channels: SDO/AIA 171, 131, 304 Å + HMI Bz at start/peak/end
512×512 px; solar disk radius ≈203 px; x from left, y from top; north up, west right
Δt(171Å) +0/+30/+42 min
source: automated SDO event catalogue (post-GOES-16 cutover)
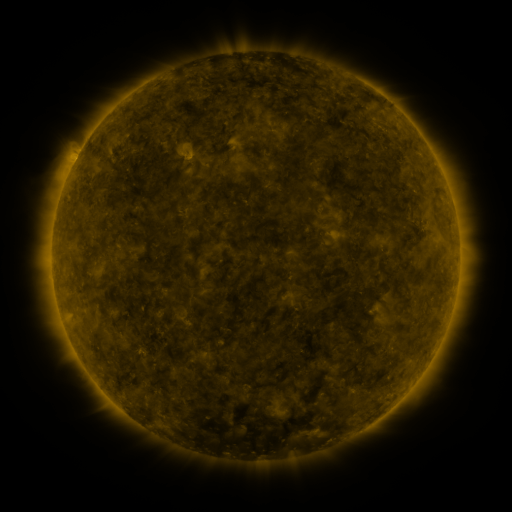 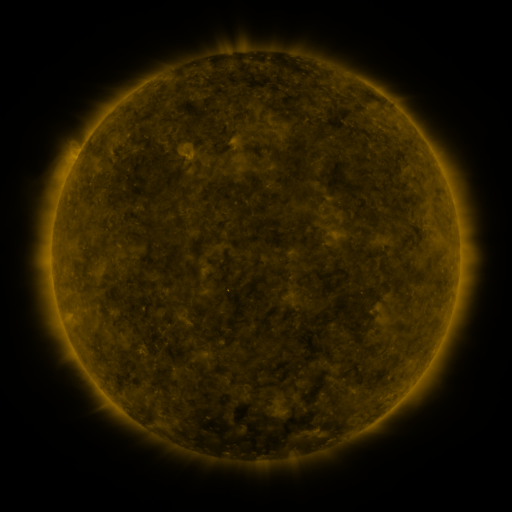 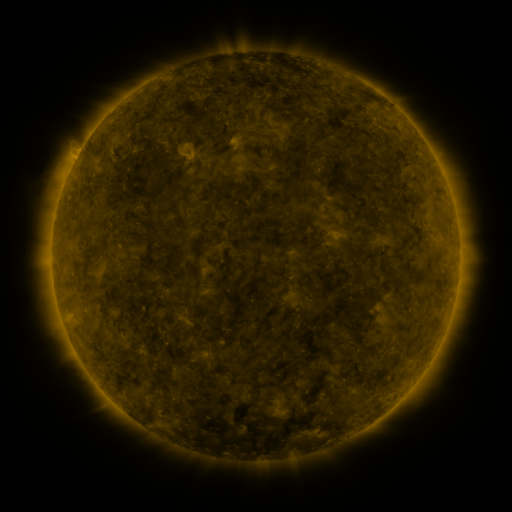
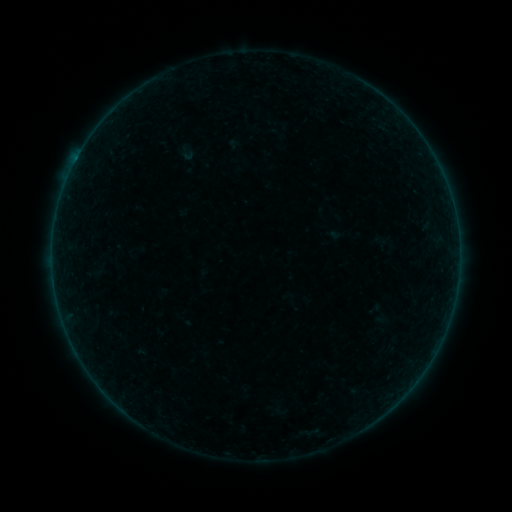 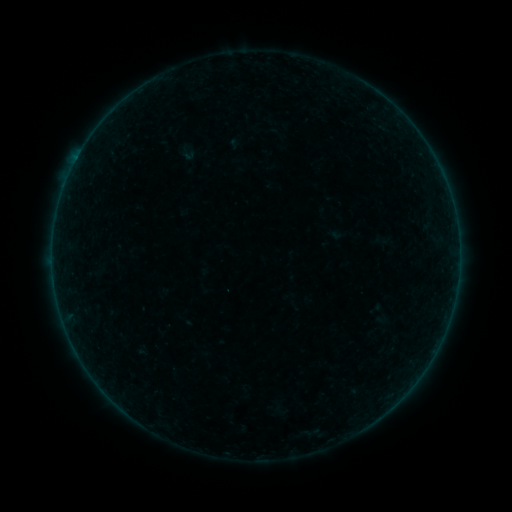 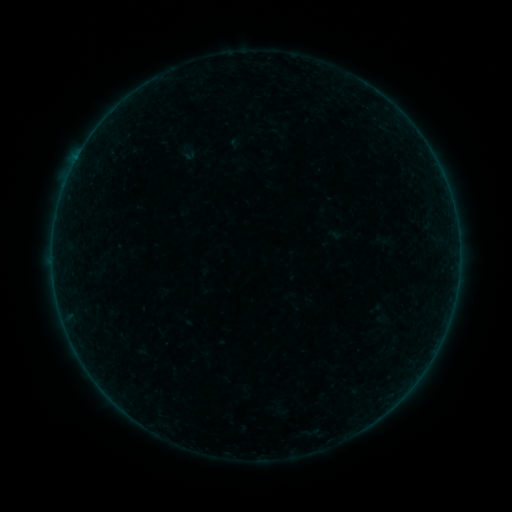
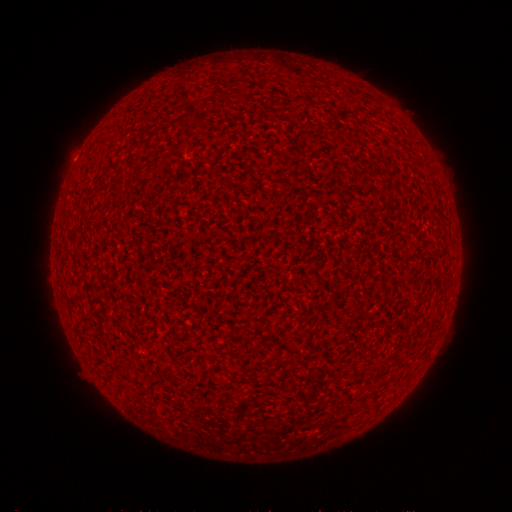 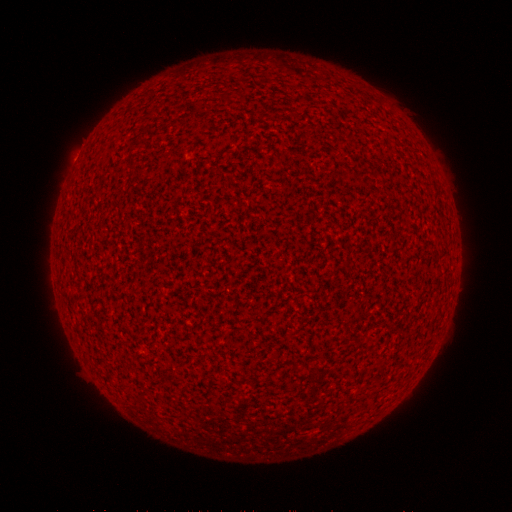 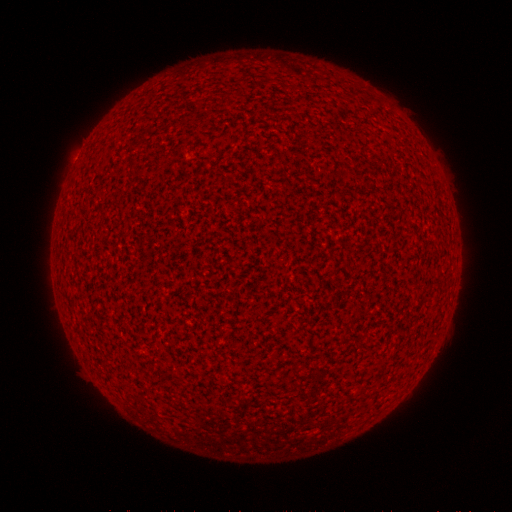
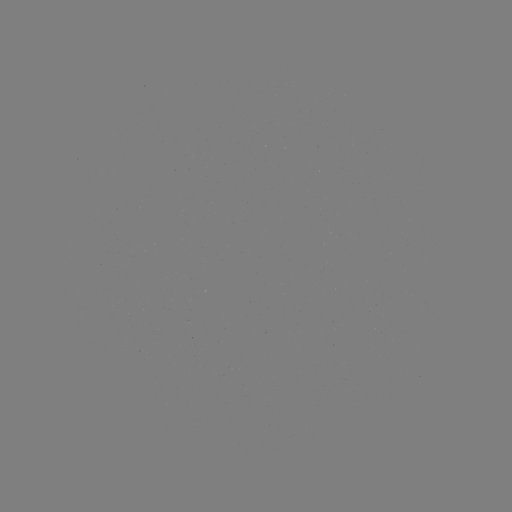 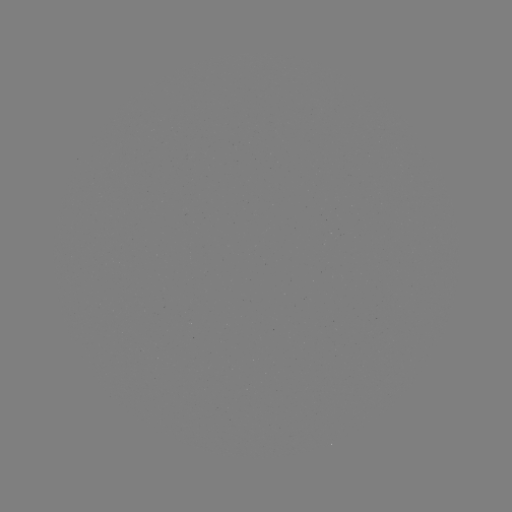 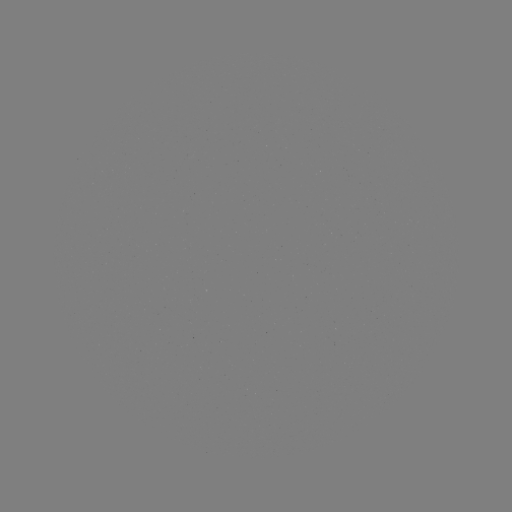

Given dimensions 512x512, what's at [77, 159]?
A2.2 flare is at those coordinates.